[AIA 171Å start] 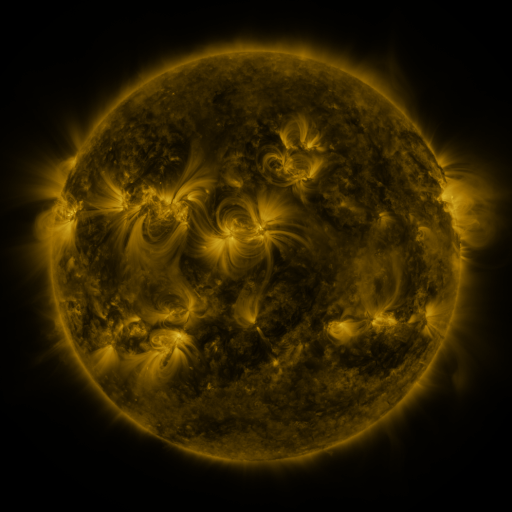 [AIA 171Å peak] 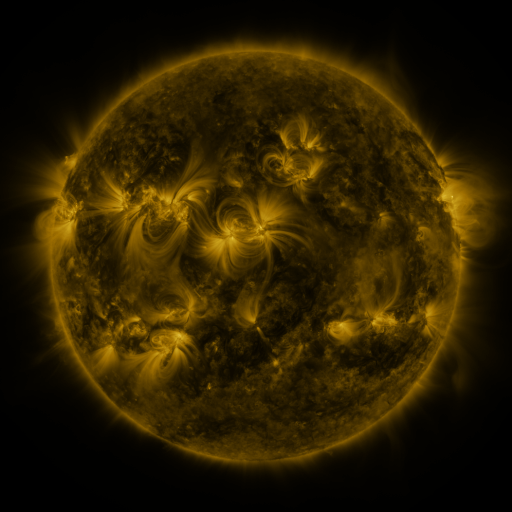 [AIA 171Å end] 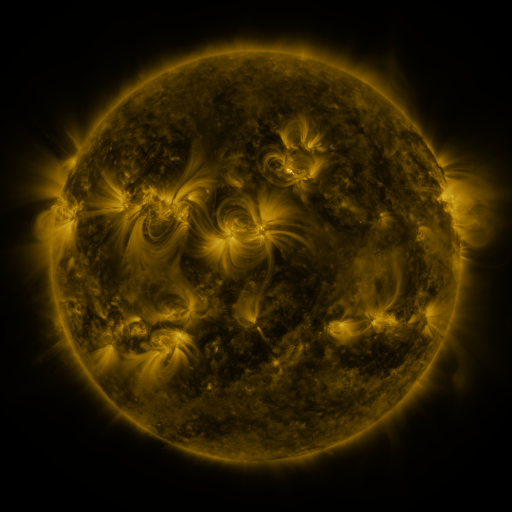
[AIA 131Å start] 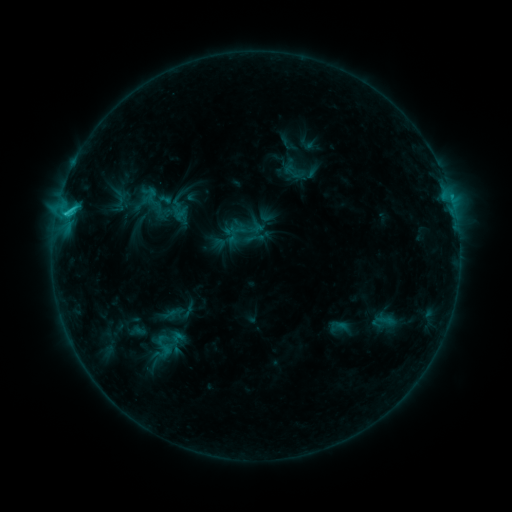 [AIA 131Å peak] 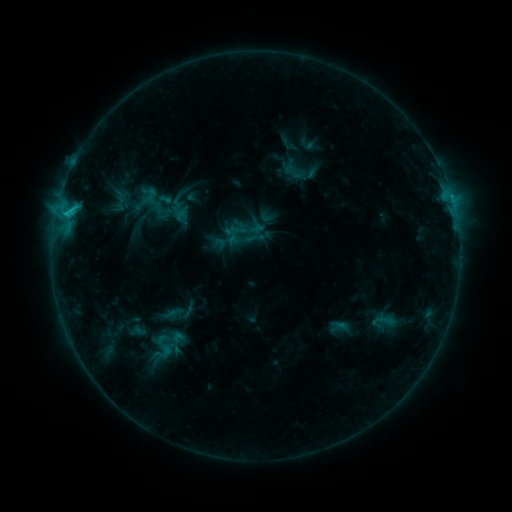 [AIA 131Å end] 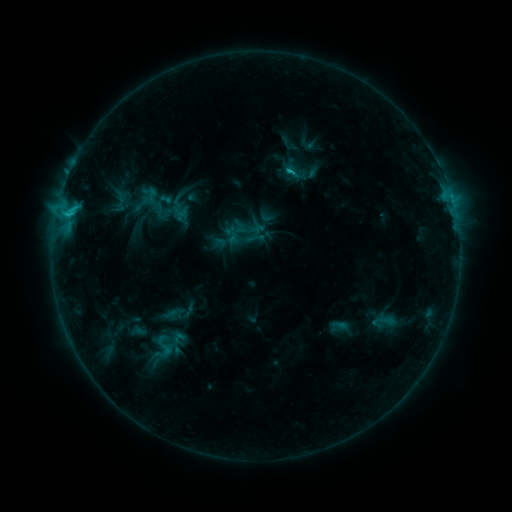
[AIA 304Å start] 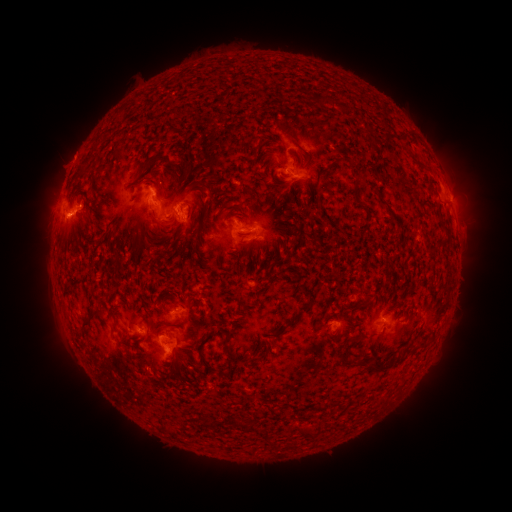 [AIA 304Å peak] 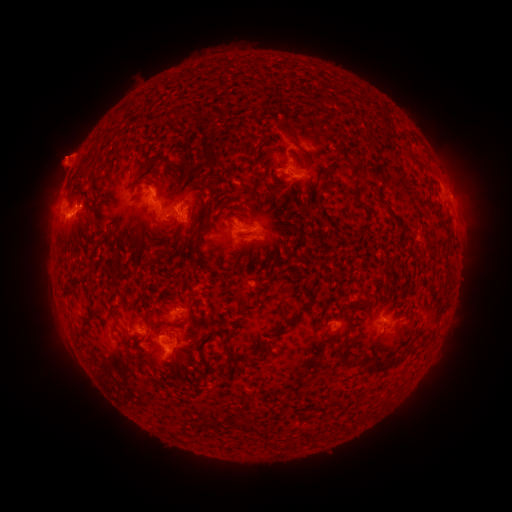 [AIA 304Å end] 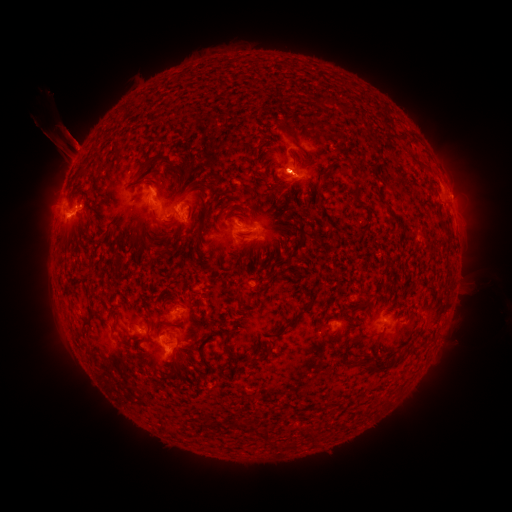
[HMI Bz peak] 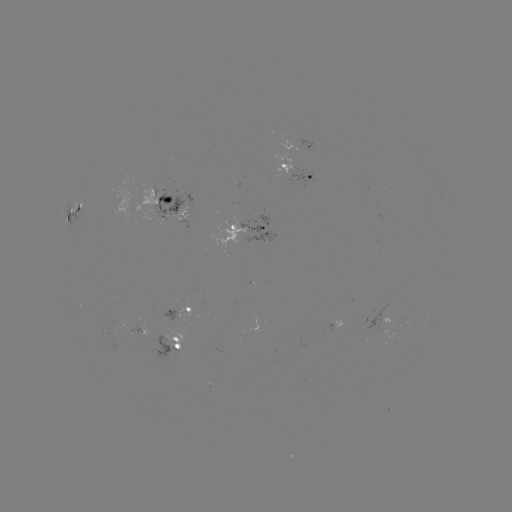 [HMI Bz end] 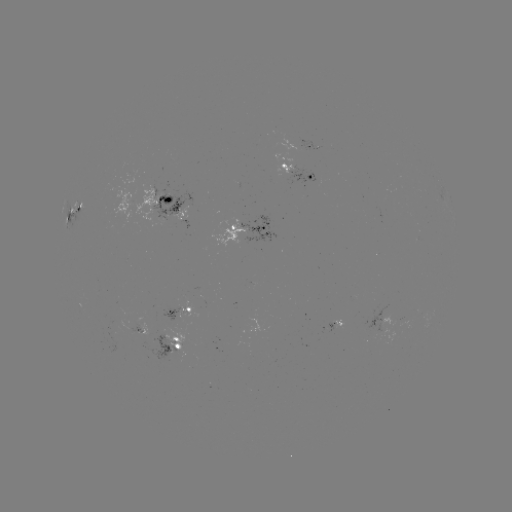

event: eruption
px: (67, 103)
